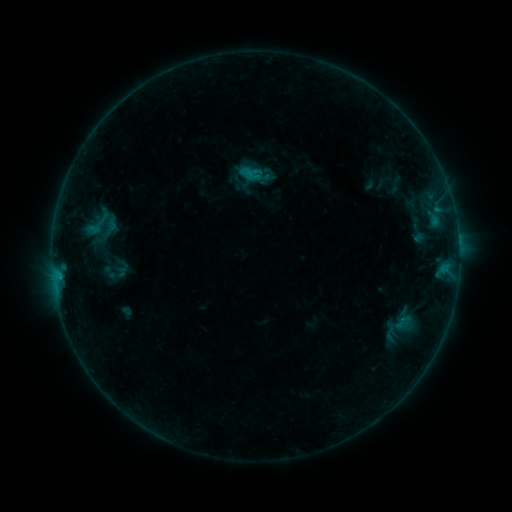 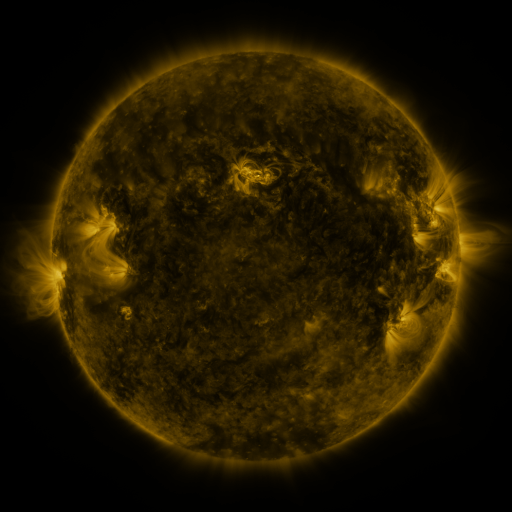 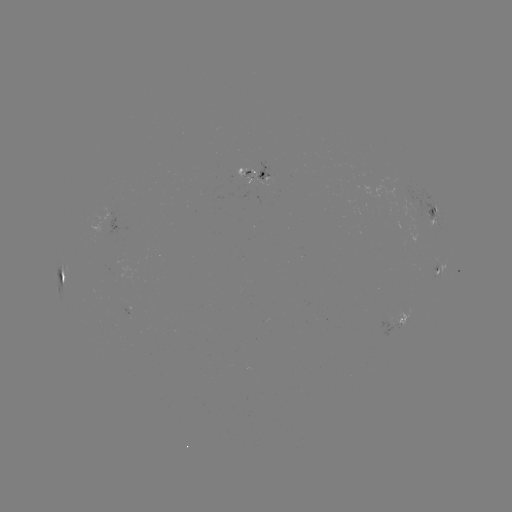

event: sigmoid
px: (97, 222)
